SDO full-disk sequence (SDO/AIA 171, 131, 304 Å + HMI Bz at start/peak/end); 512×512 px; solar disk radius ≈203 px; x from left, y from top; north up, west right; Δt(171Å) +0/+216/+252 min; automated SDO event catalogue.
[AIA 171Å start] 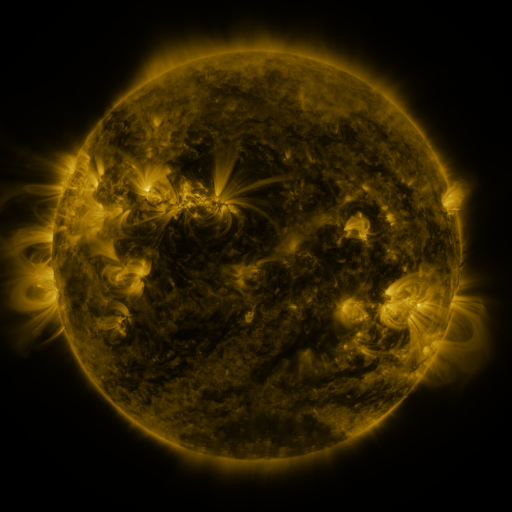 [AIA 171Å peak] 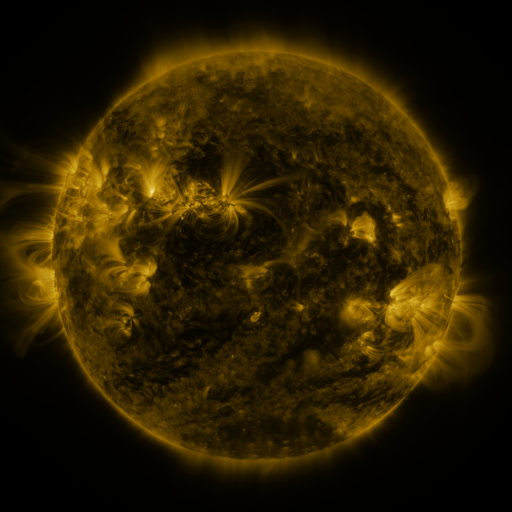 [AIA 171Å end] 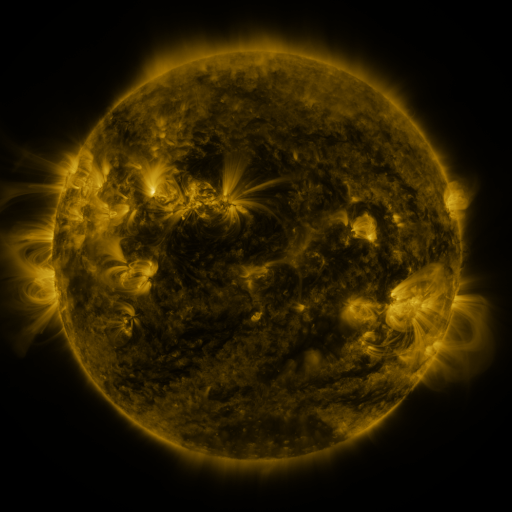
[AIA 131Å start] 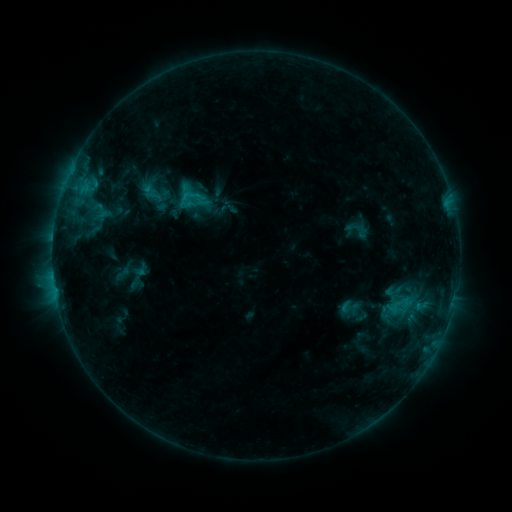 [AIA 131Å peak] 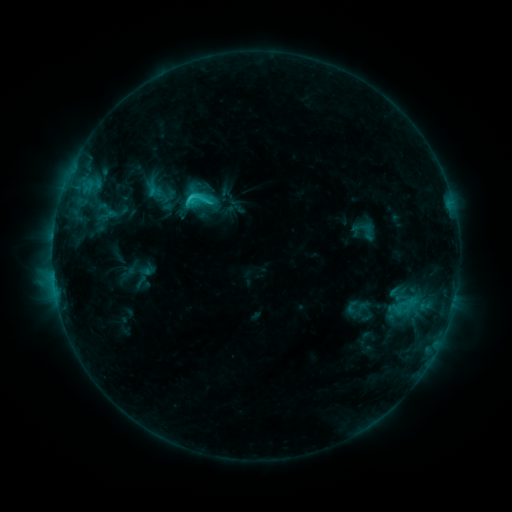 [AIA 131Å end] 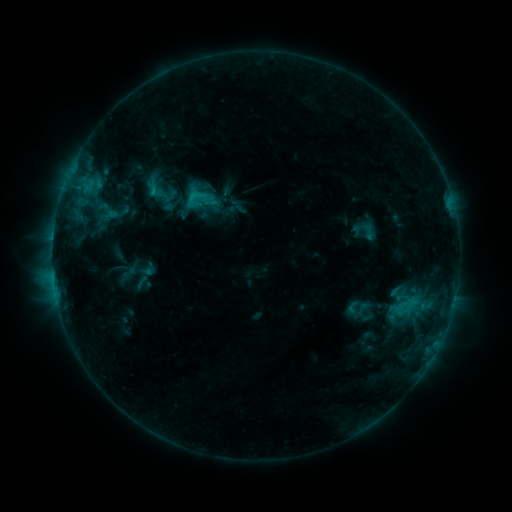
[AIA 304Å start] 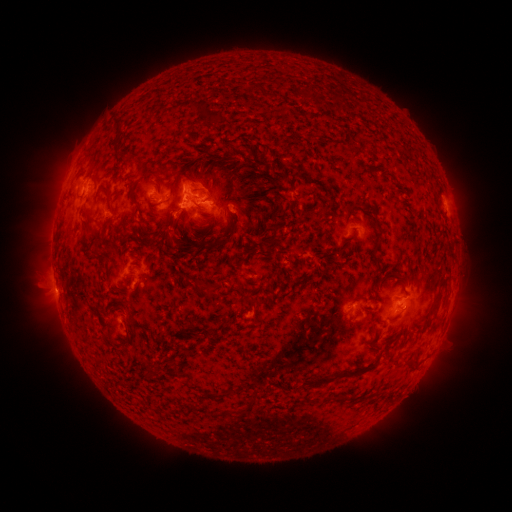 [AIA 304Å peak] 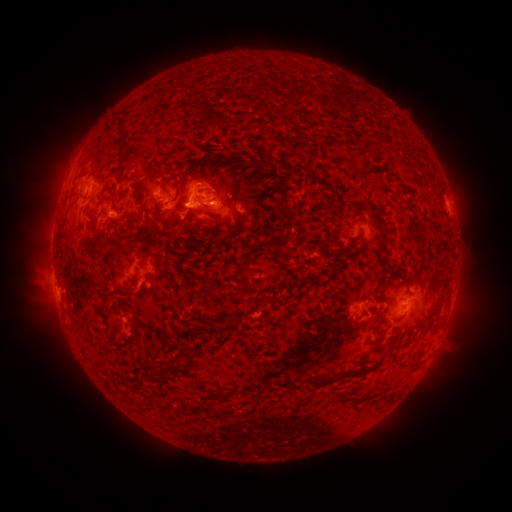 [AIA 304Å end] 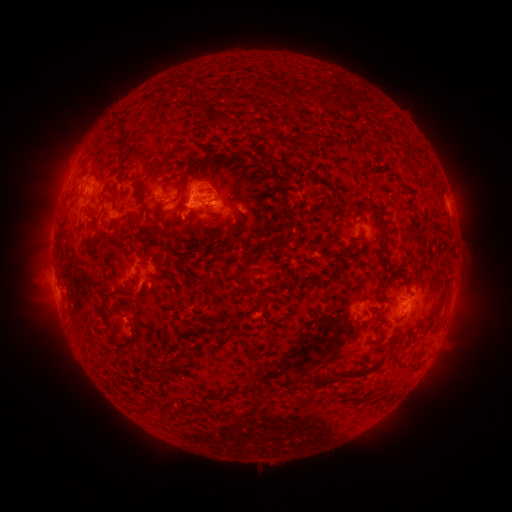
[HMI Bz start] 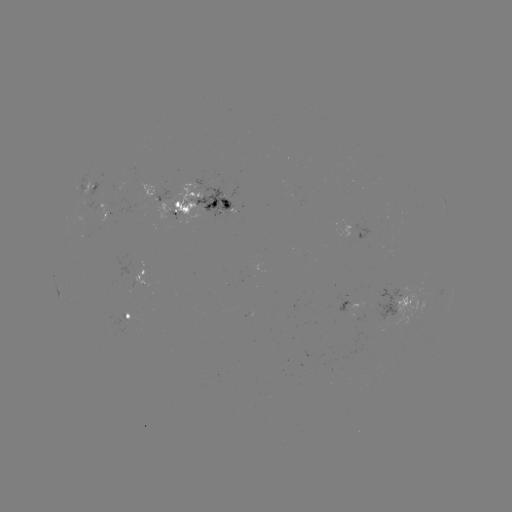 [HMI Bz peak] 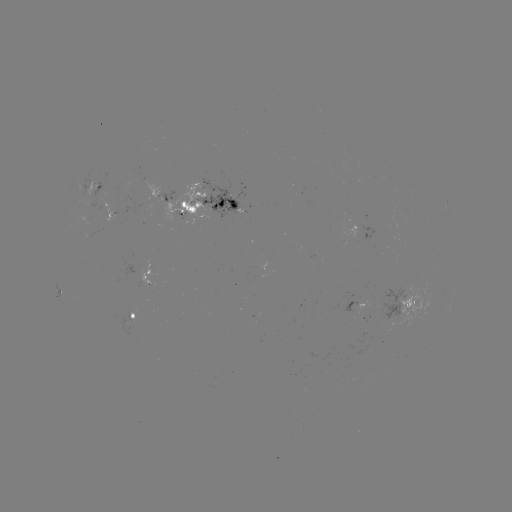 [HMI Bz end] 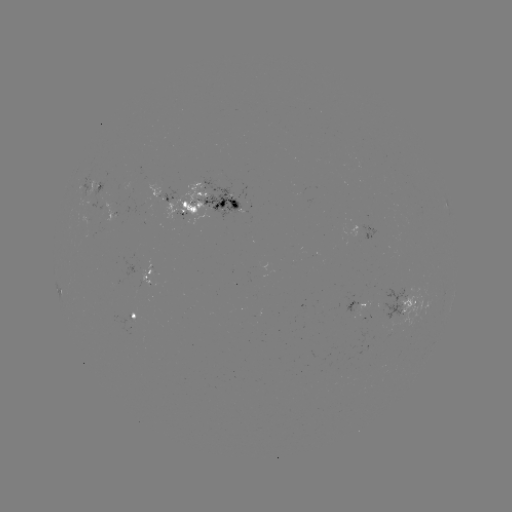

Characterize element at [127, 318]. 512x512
emerging-flux region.